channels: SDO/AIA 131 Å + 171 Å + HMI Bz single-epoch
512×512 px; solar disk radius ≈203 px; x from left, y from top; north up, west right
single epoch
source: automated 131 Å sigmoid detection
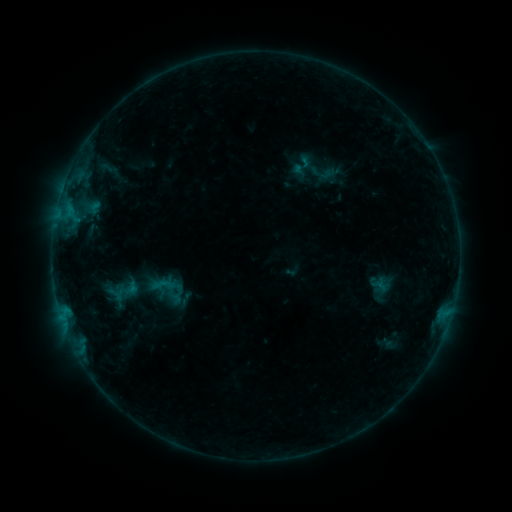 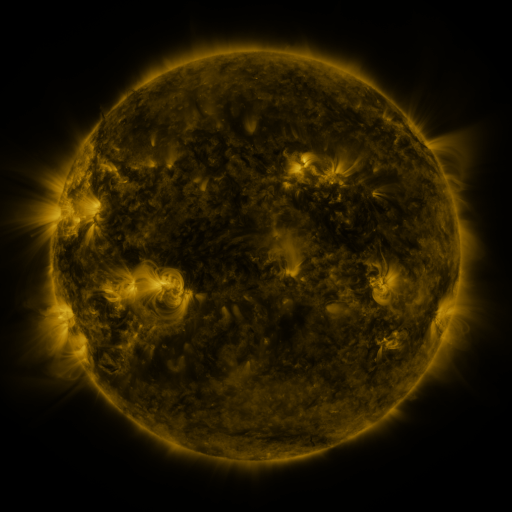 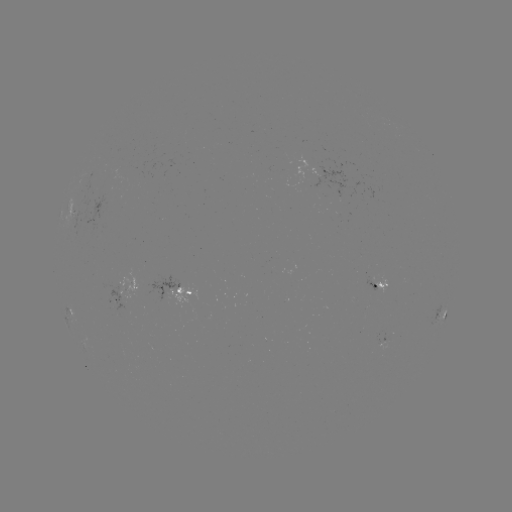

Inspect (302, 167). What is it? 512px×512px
sigmoid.